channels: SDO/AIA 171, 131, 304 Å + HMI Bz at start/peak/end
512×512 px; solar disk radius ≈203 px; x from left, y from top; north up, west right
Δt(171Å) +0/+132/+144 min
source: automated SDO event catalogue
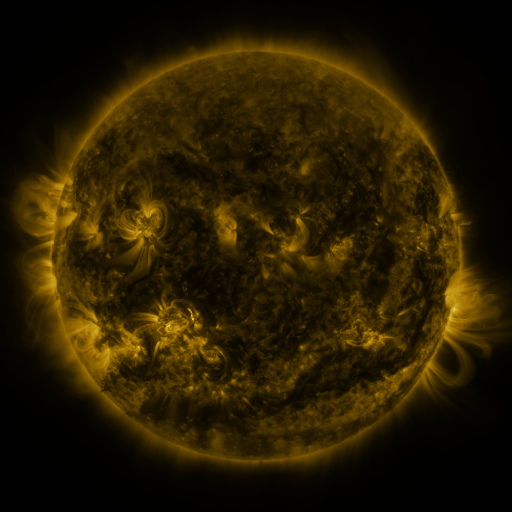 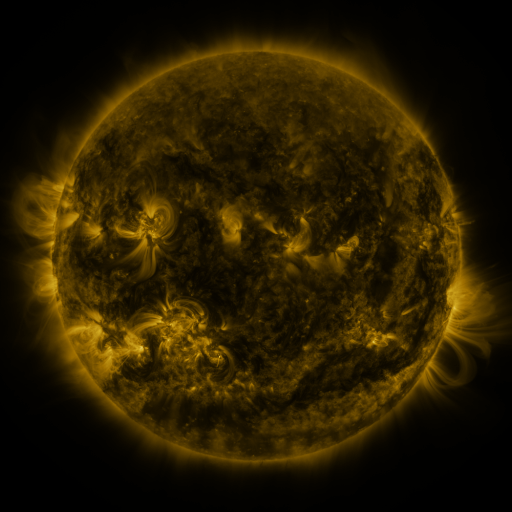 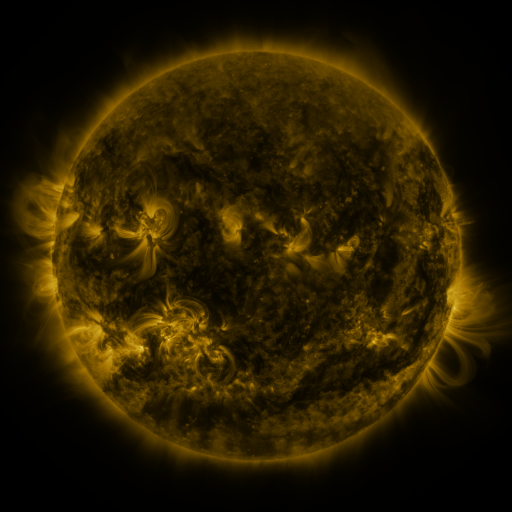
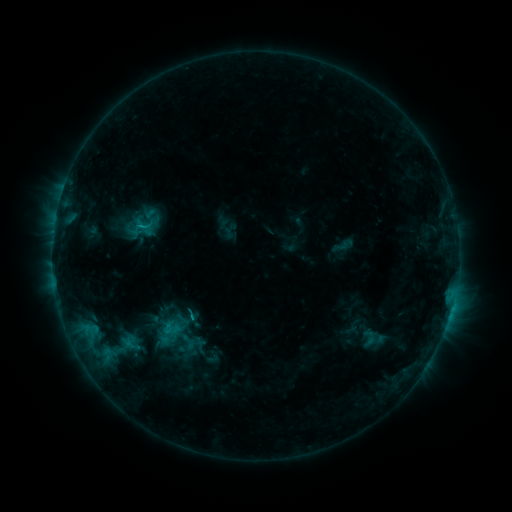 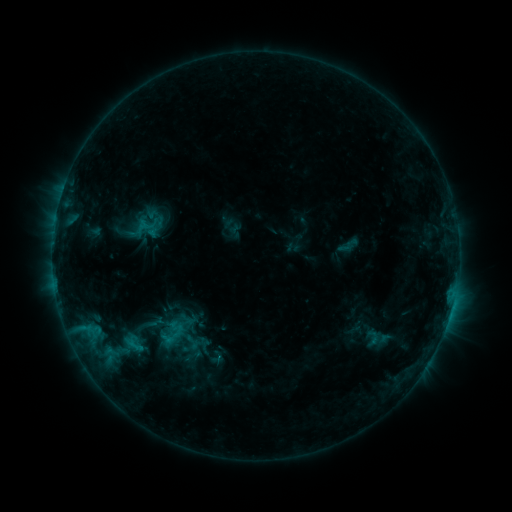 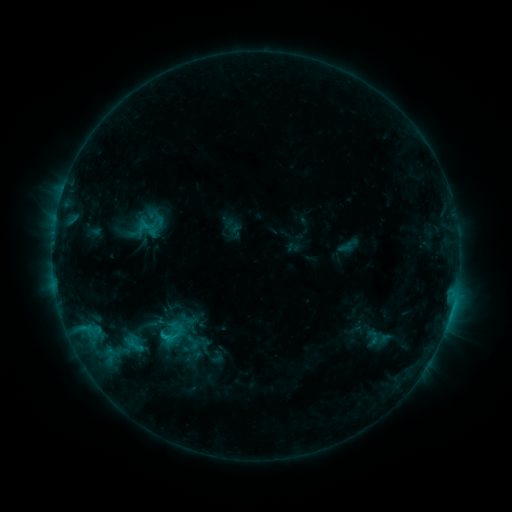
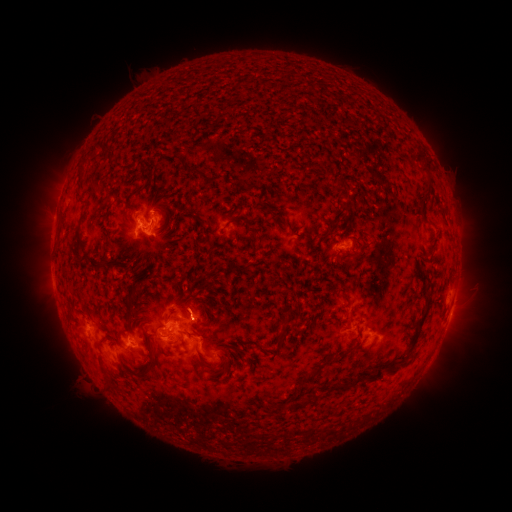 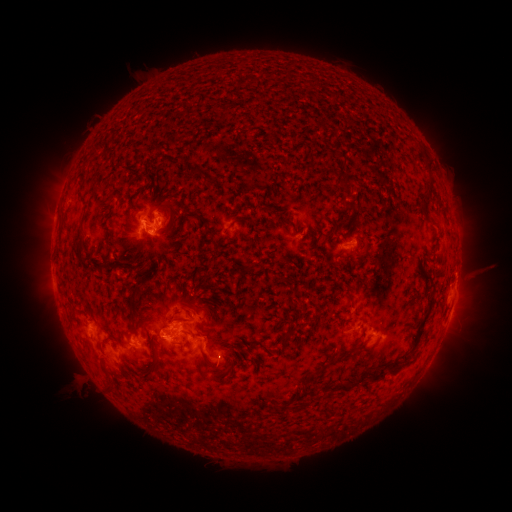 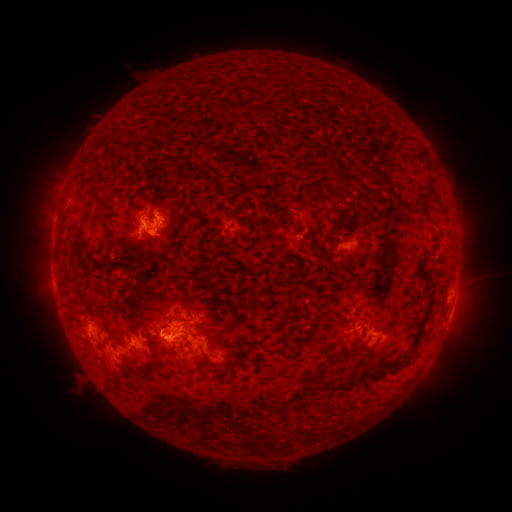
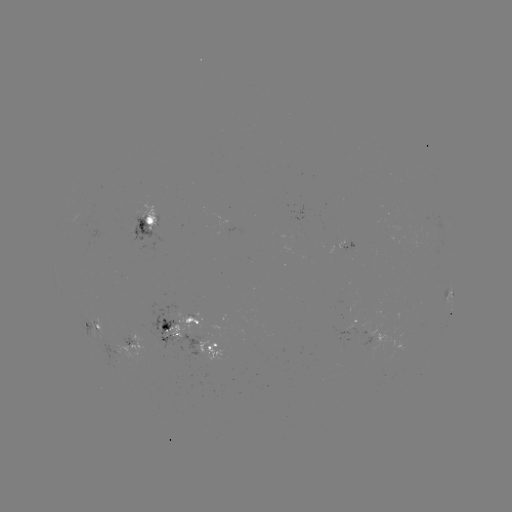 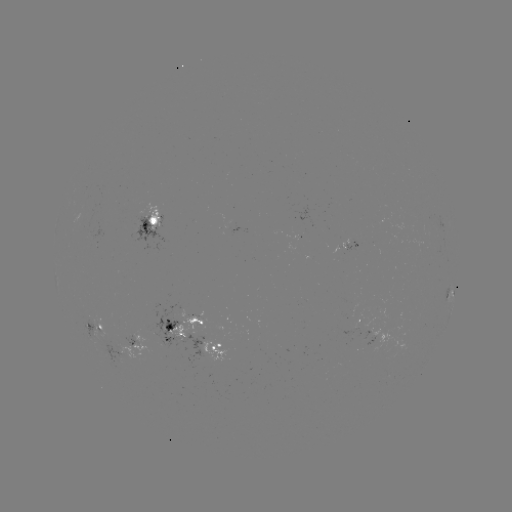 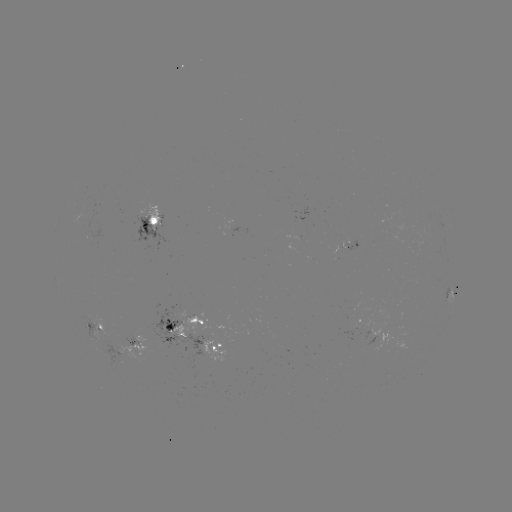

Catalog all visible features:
emerging-flux region: (169, 329)
